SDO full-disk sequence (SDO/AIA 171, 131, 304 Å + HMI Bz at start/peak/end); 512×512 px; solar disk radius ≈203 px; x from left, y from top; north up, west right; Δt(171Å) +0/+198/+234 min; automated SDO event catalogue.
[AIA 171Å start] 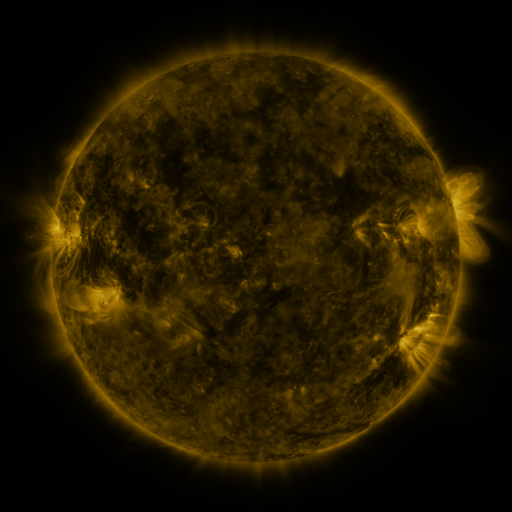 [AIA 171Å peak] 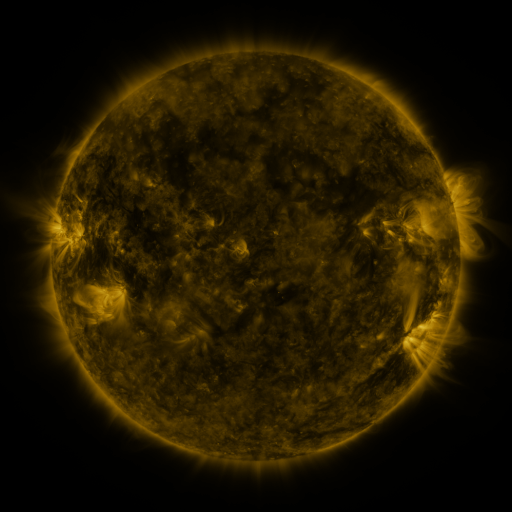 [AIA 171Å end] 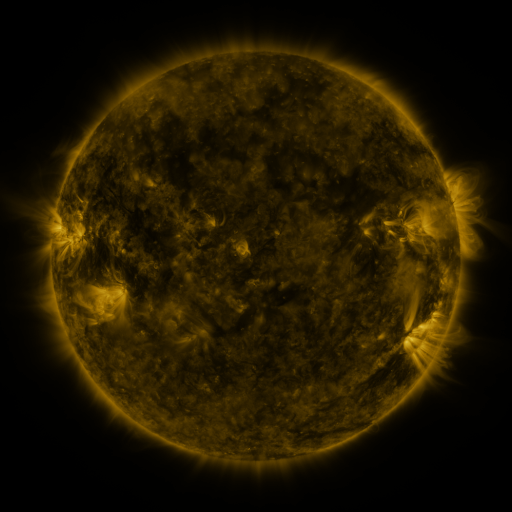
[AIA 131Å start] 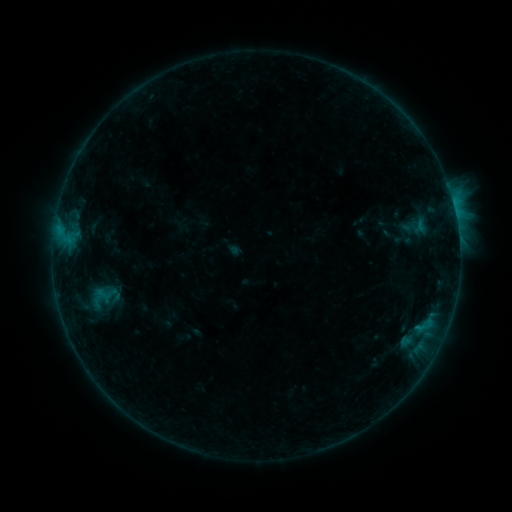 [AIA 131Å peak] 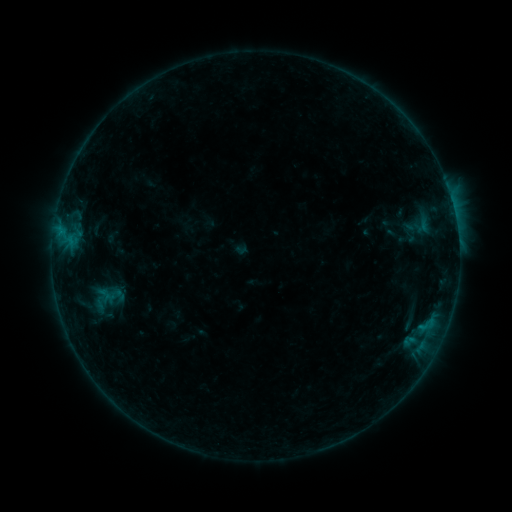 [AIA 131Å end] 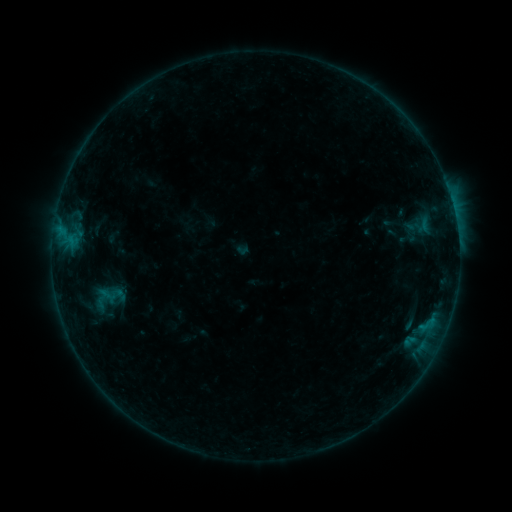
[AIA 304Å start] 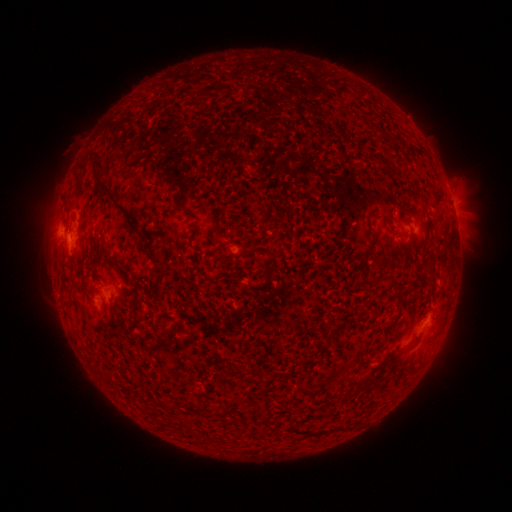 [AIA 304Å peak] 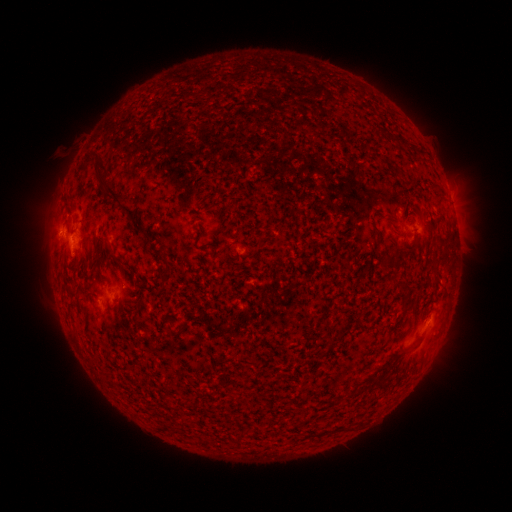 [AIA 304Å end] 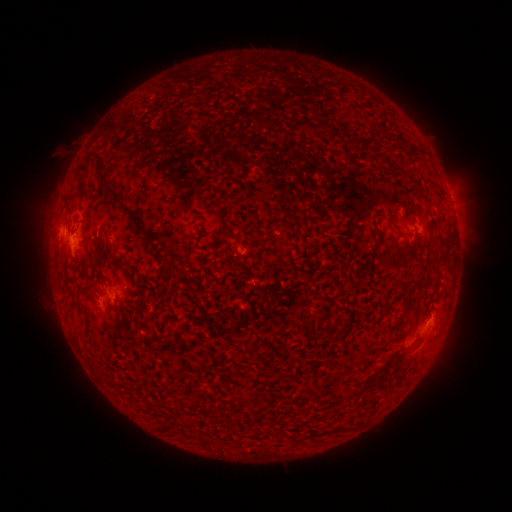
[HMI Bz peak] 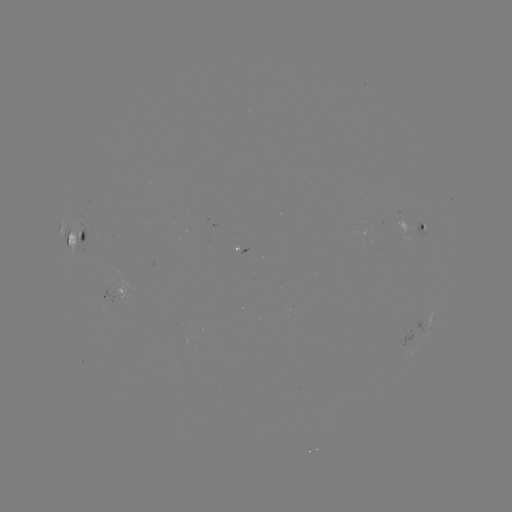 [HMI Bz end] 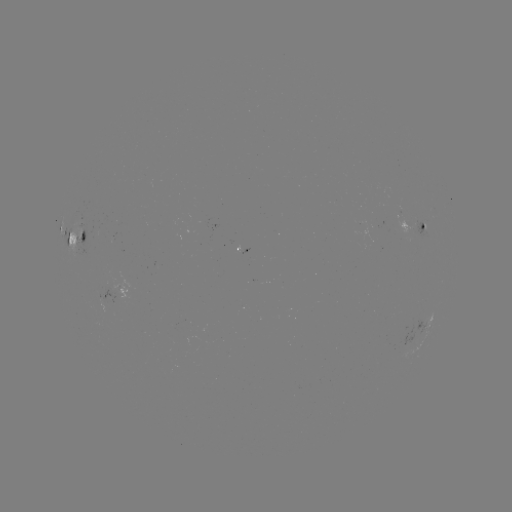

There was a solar emerging-flux region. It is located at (204, 332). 